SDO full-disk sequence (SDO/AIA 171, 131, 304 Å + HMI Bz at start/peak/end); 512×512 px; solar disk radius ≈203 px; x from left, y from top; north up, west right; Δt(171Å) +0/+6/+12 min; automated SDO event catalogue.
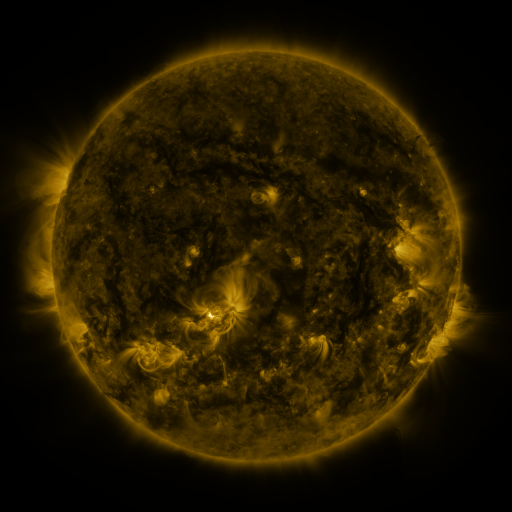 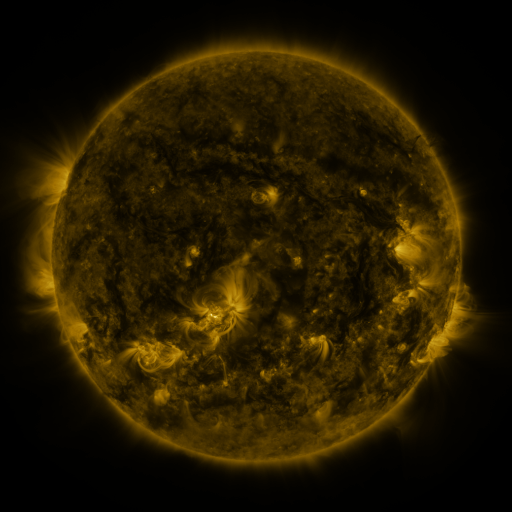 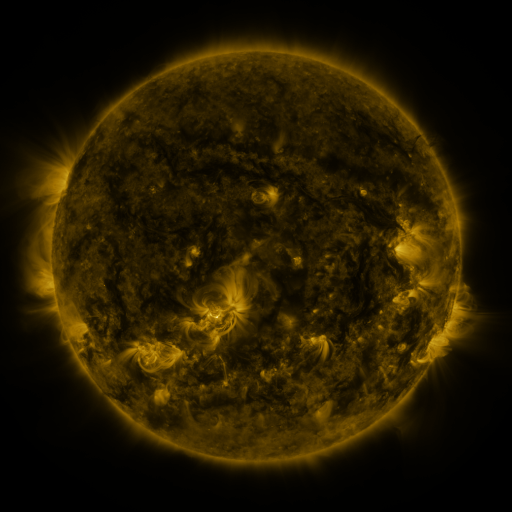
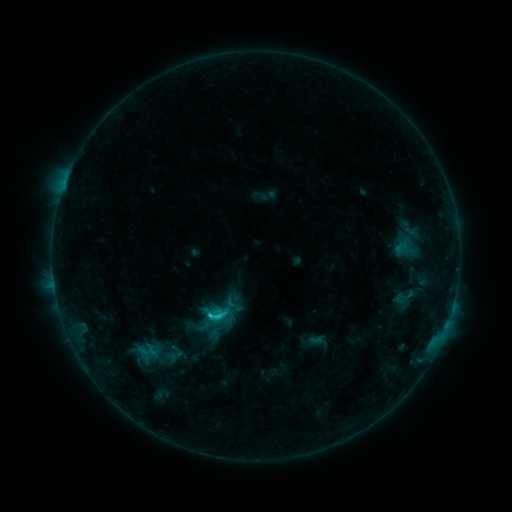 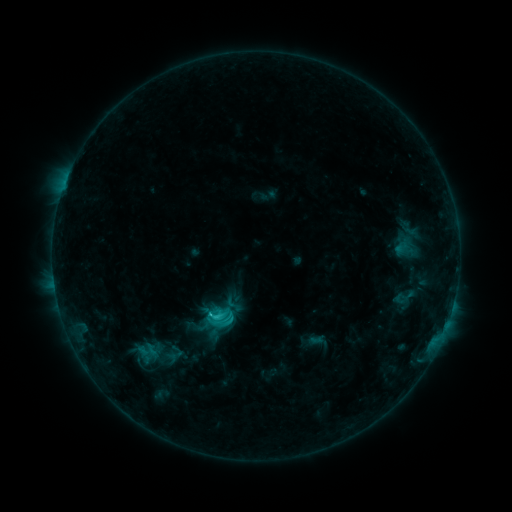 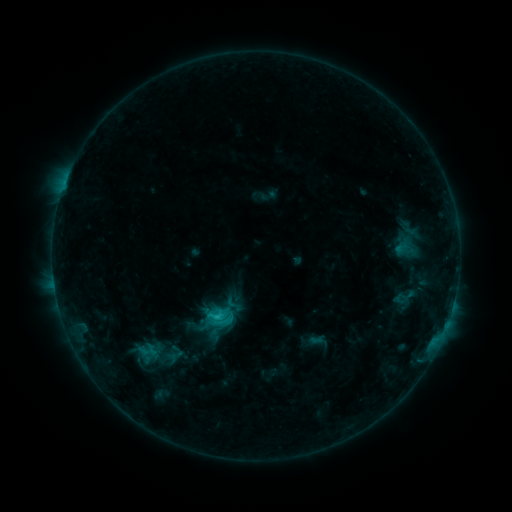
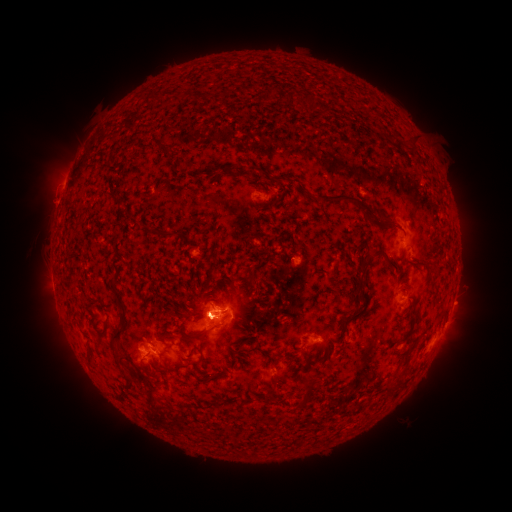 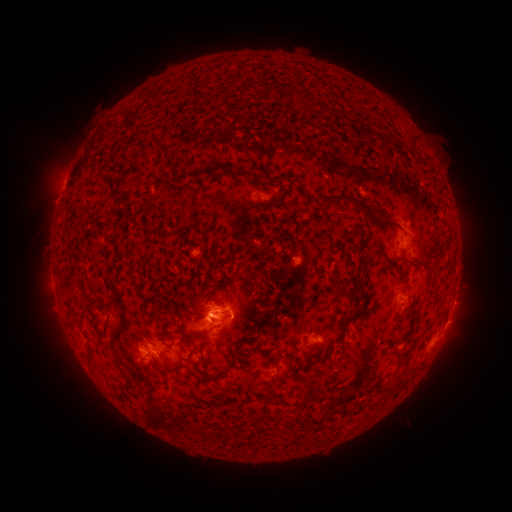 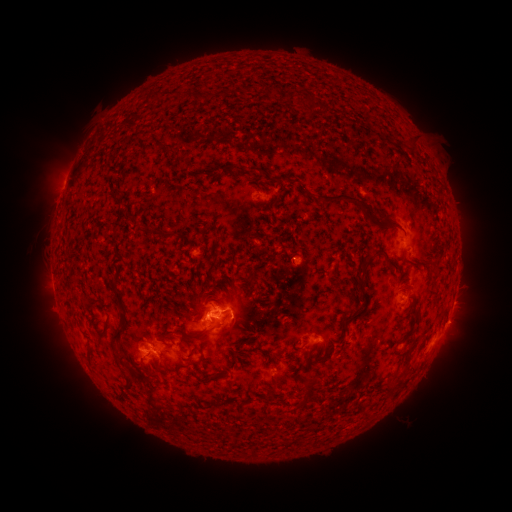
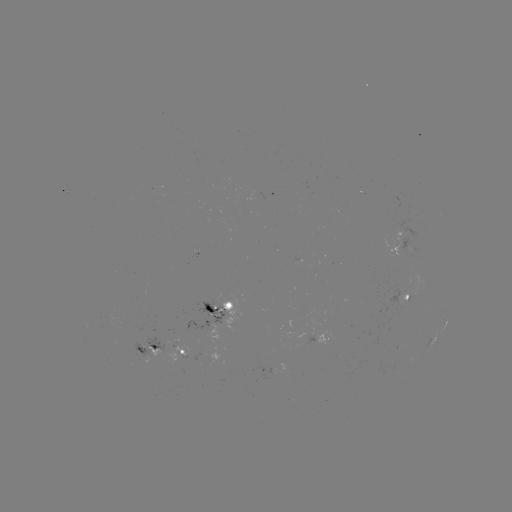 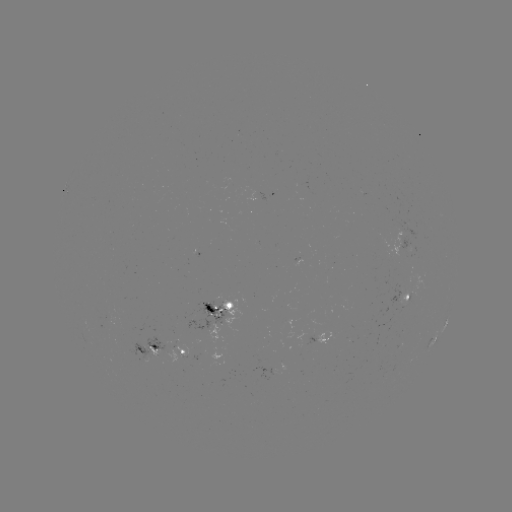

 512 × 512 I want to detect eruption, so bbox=[37, 302, 97, 388].